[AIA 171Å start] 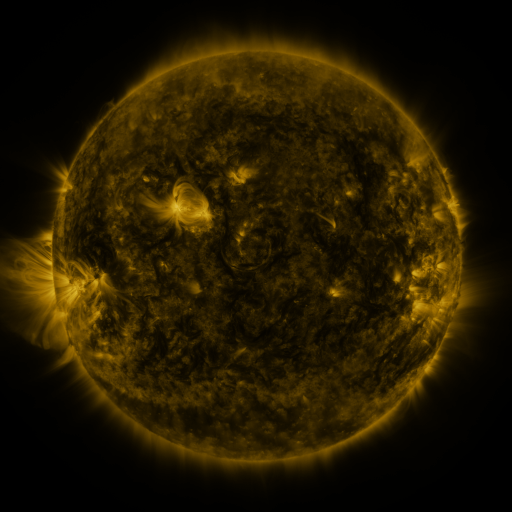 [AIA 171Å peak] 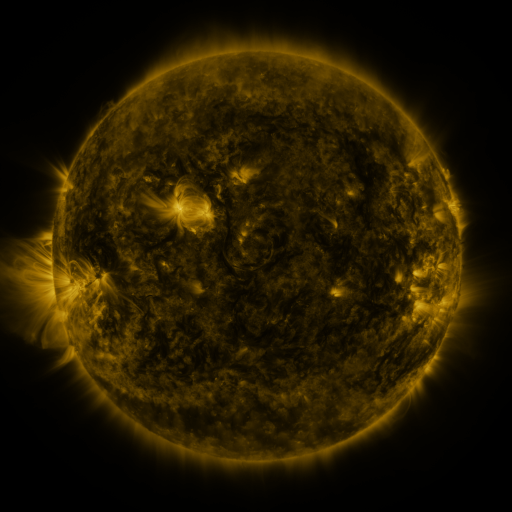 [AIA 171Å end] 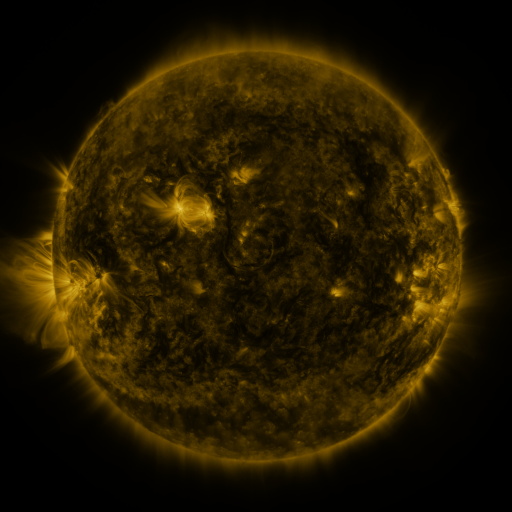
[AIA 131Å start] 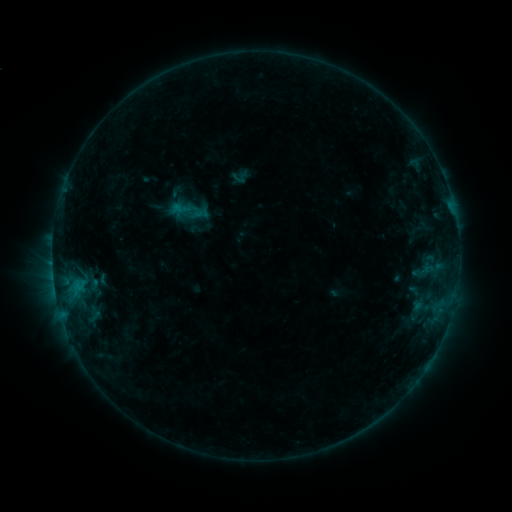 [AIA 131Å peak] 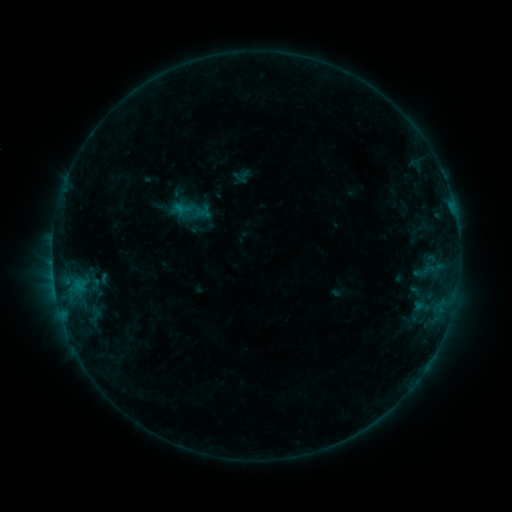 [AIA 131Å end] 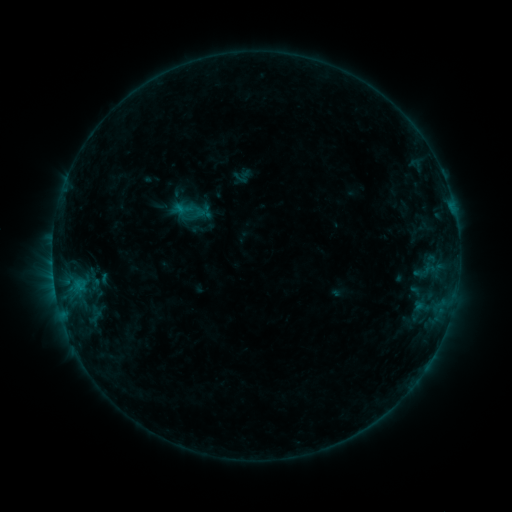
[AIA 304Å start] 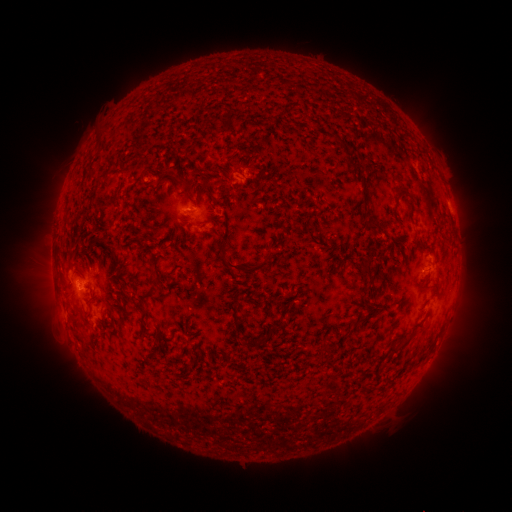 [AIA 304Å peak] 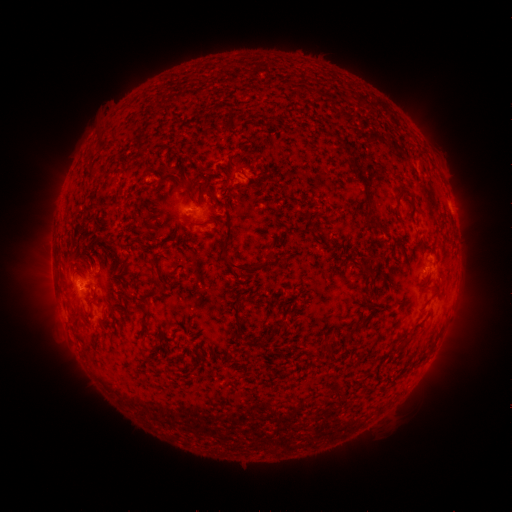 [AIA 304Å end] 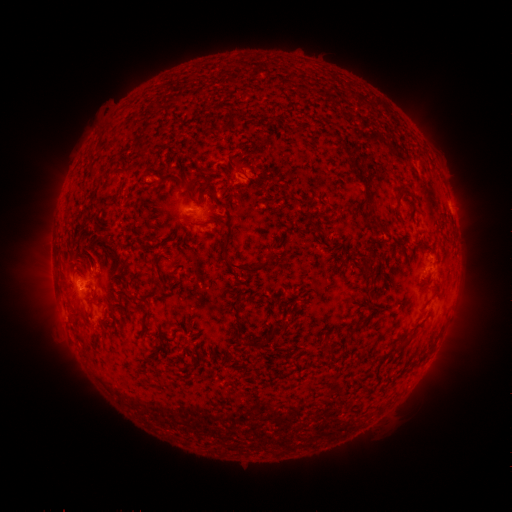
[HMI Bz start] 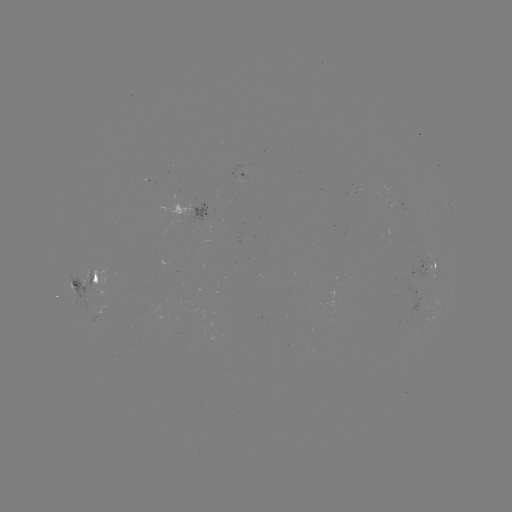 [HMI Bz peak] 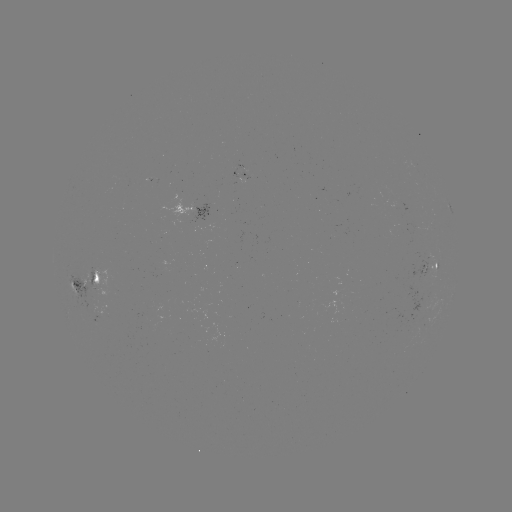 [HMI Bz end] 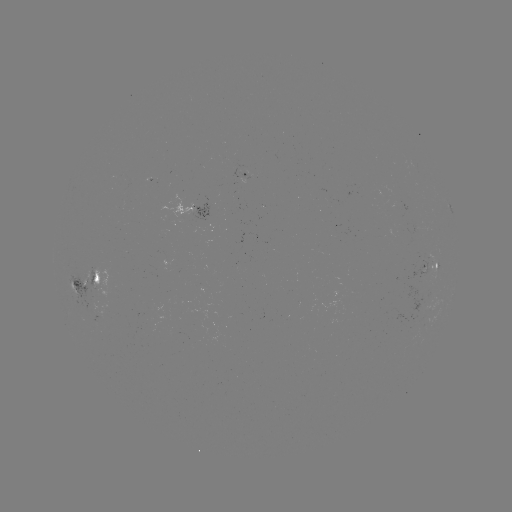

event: emerging-flux region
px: (94, 290)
